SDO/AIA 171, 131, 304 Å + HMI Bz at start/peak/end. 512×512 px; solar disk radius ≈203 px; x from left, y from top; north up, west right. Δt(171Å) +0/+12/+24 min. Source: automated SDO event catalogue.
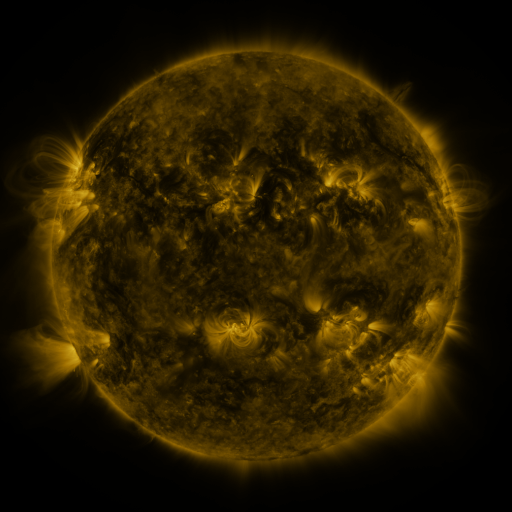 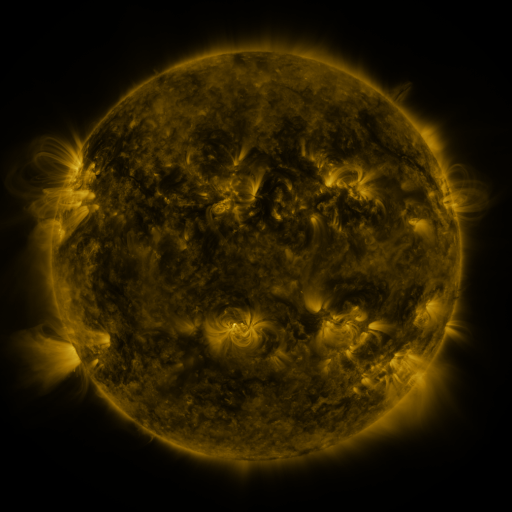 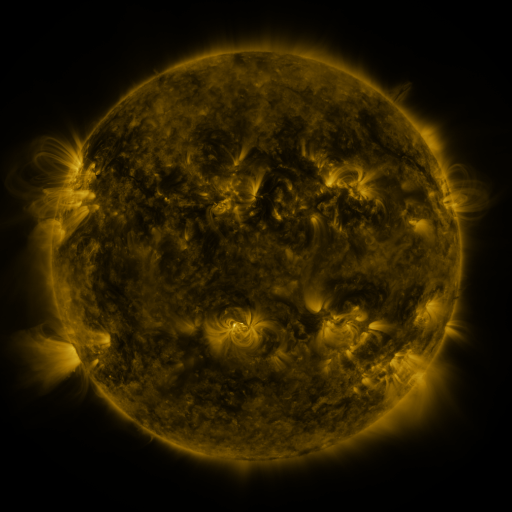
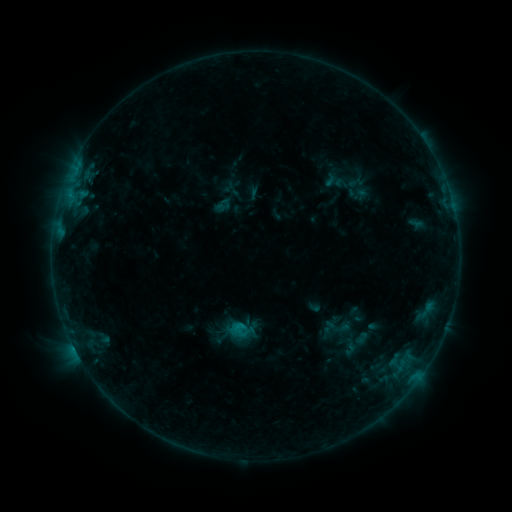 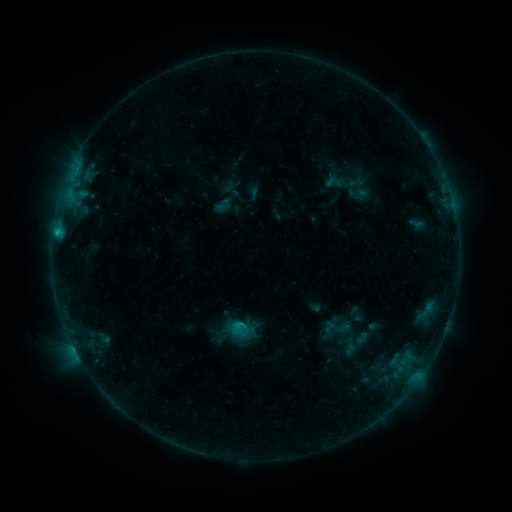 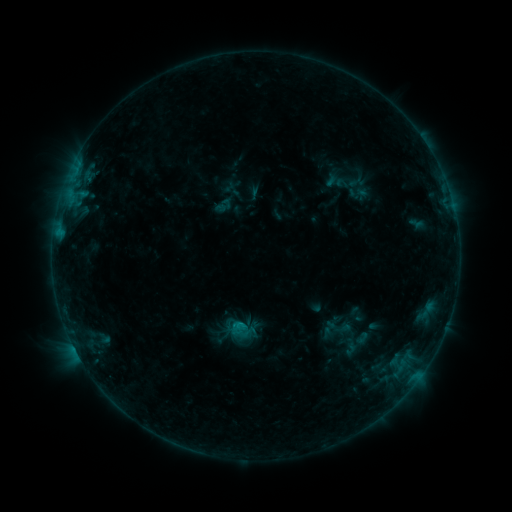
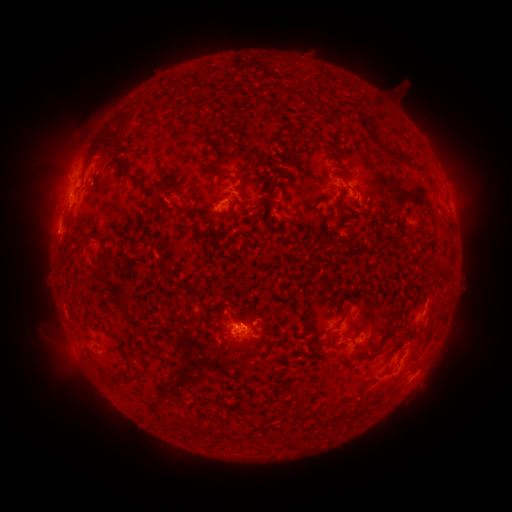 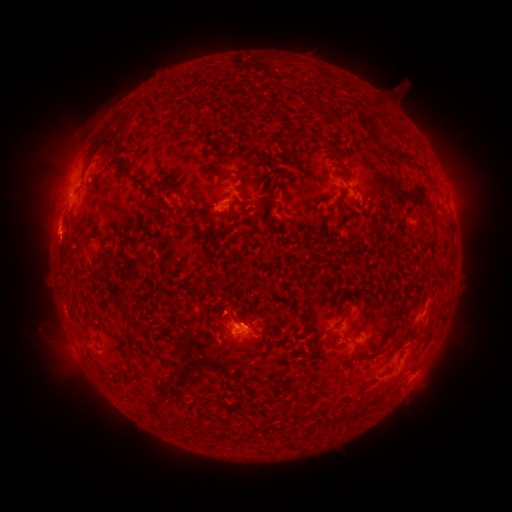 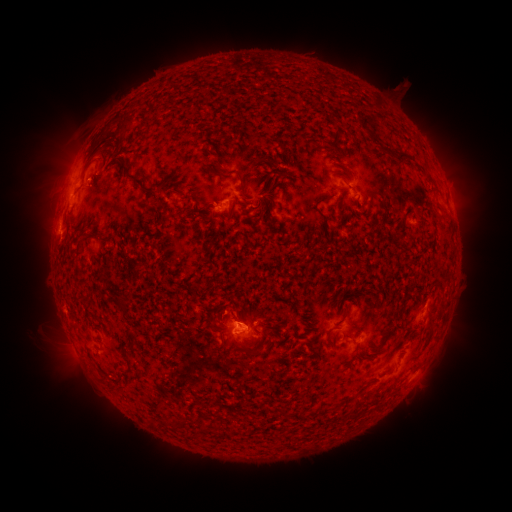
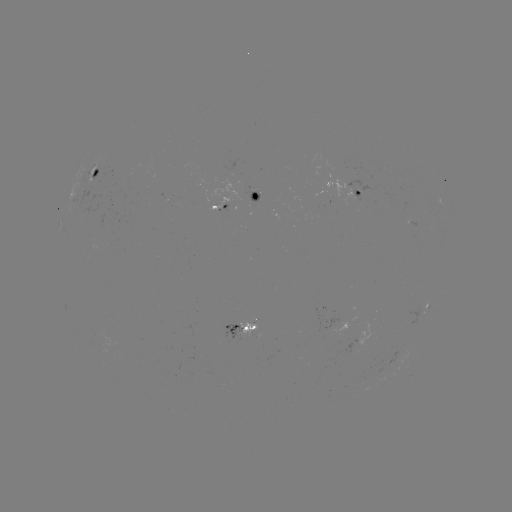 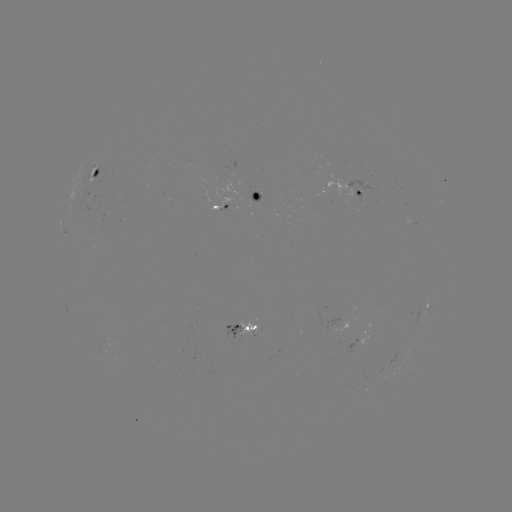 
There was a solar flare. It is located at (57, 235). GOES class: C1.0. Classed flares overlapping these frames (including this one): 2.